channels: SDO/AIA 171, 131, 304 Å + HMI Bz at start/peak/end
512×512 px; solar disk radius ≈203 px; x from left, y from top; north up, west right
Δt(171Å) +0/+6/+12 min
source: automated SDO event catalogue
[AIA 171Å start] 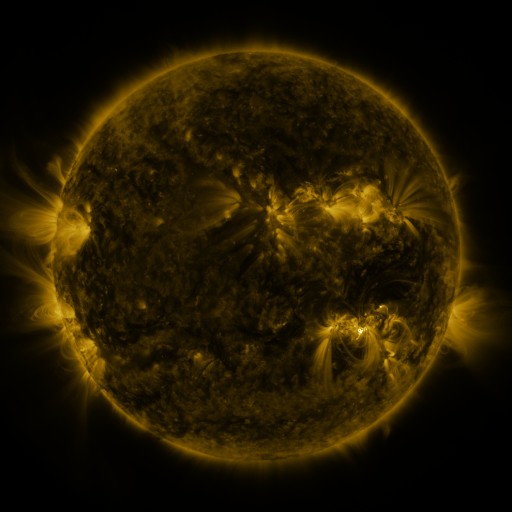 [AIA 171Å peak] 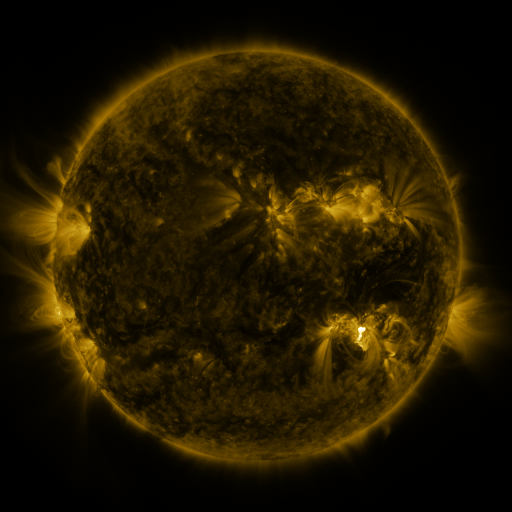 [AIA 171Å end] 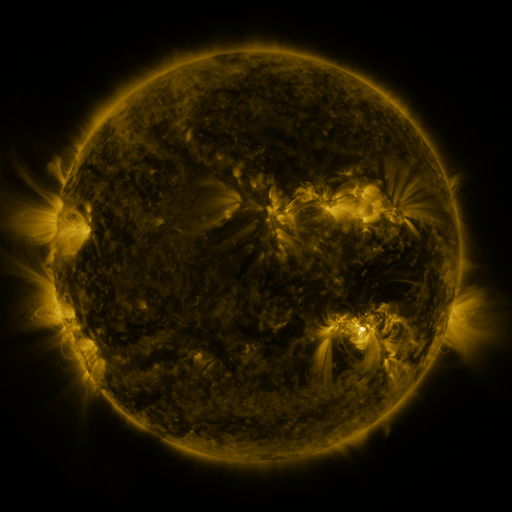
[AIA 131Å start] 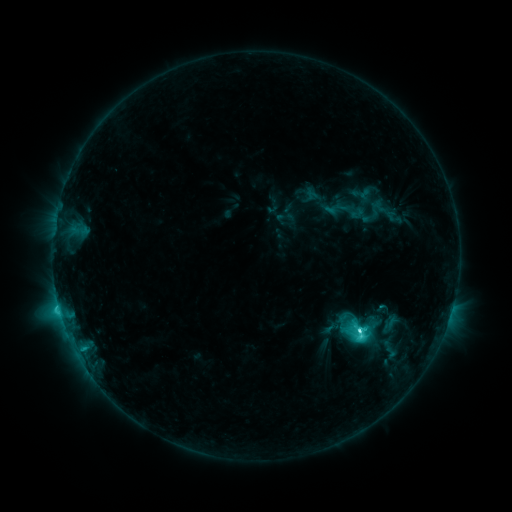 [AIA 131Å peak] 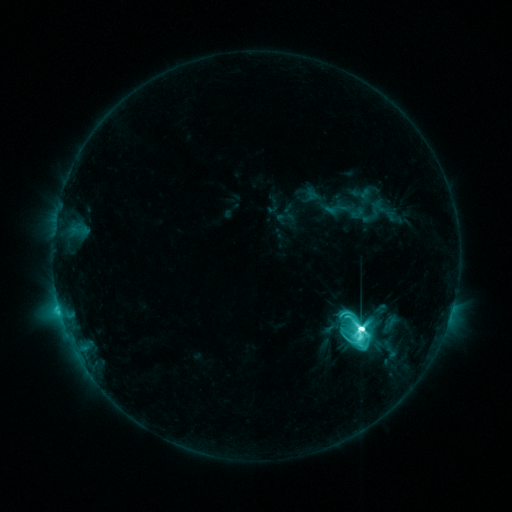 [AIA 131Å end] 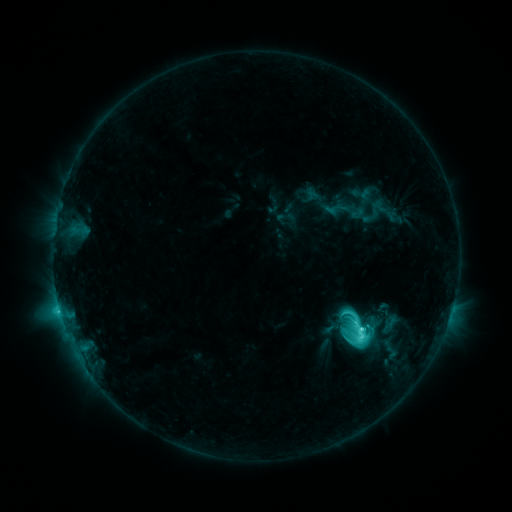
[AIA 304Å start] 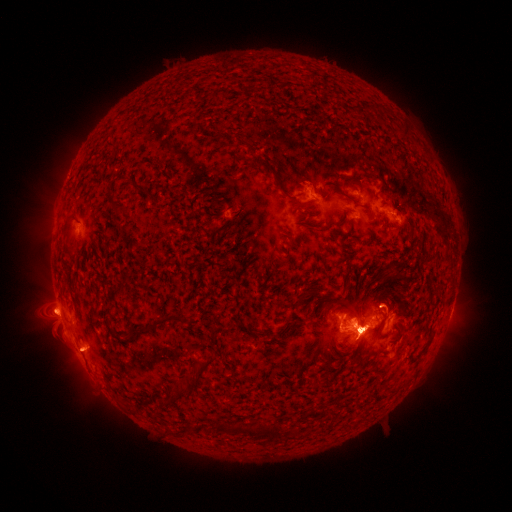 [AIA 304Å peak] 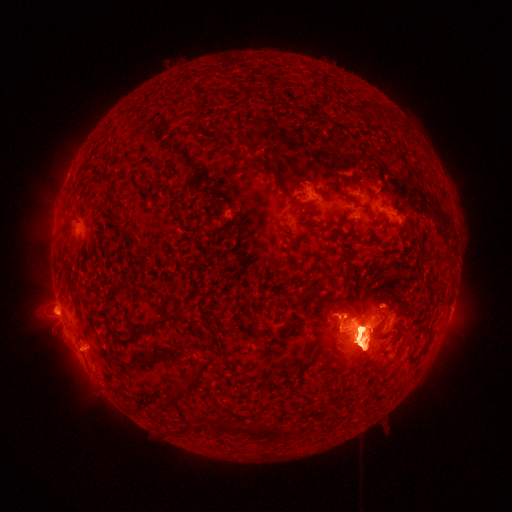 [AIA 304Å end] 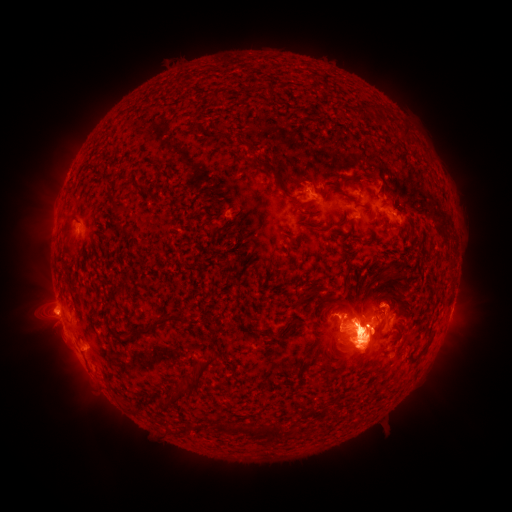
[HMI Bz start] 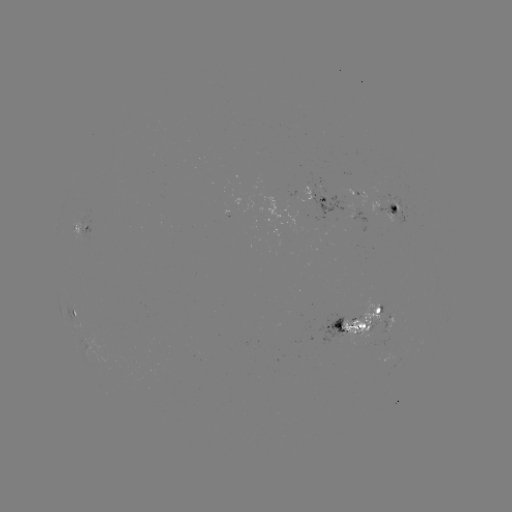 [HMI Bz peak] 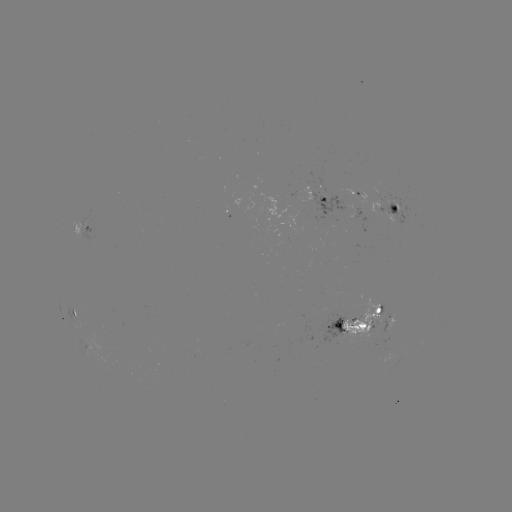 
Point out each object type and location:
eruption: (58, 226)
